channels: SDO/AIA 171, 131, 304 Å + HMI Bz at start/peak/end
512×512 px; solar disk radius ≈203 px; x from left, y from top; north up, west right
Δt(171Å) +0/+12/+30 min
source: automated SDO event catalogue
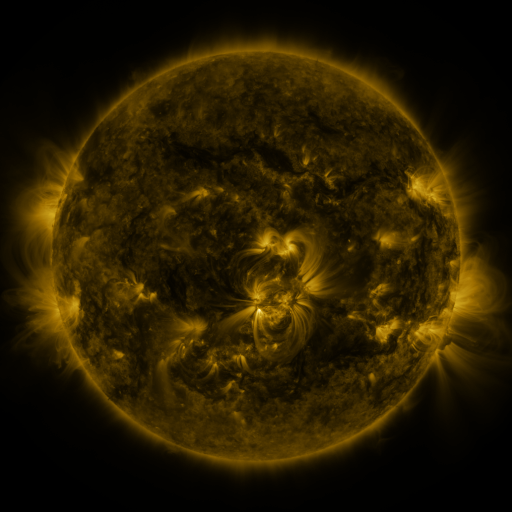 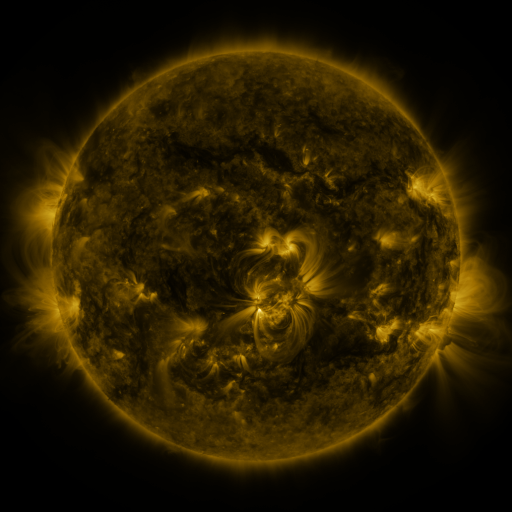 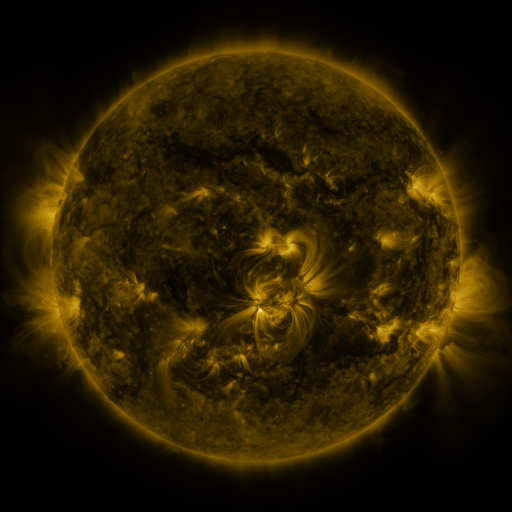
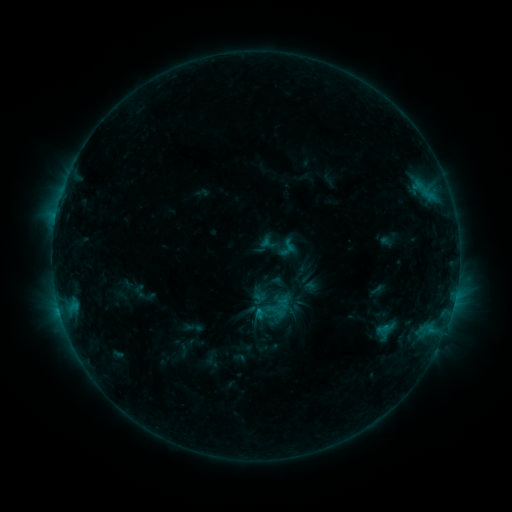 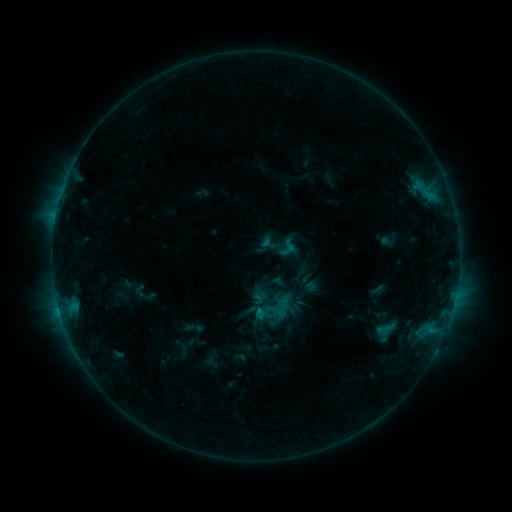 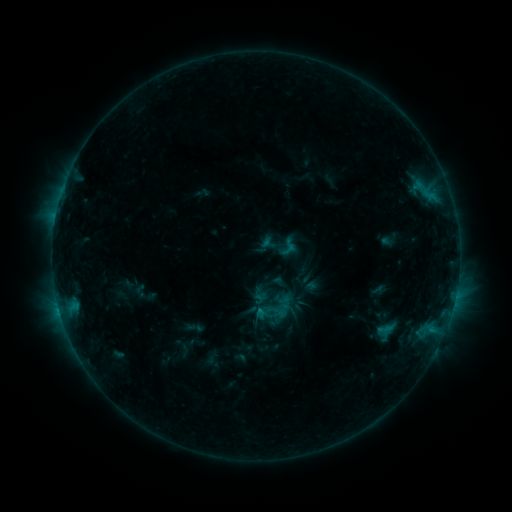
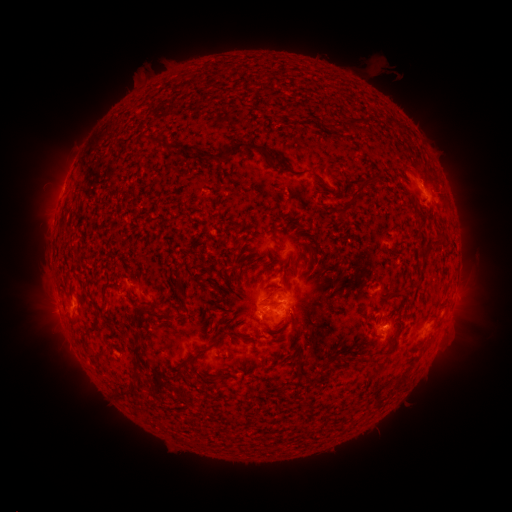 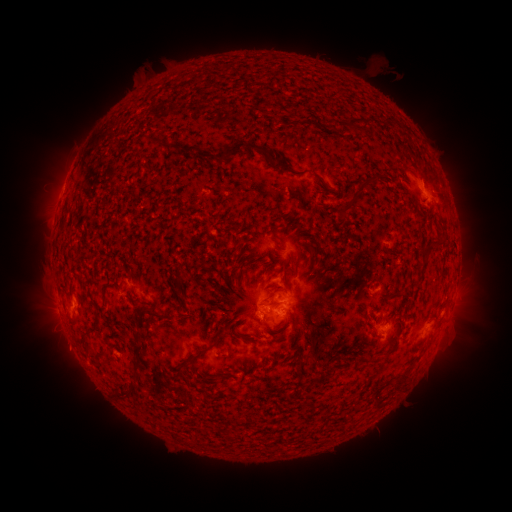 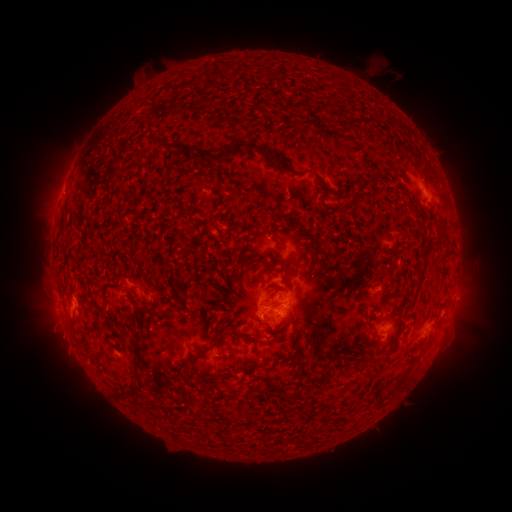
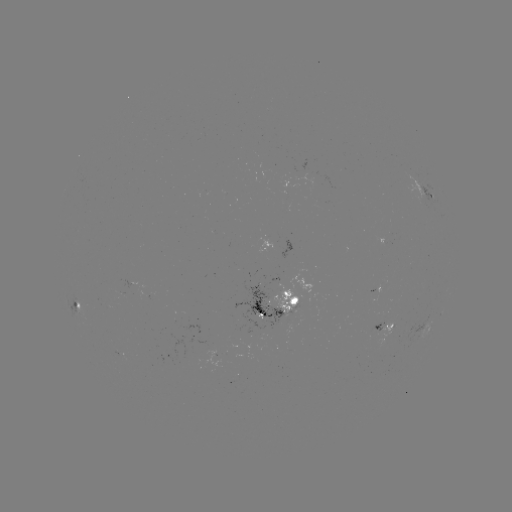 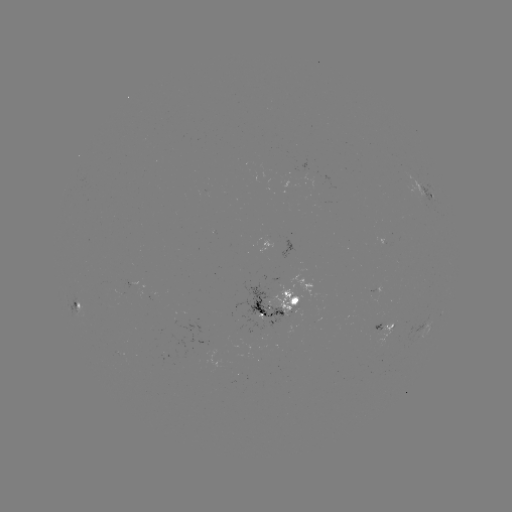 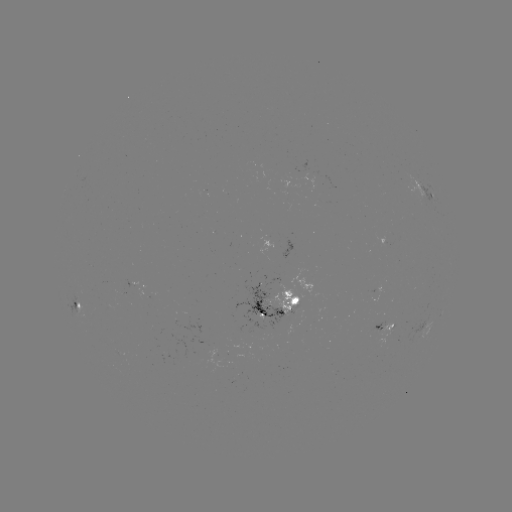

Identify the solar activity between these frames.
nothing was catalogued: no classed flare, no EUV trigger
